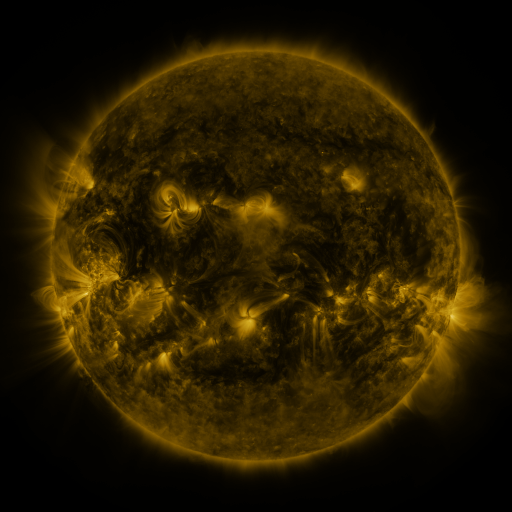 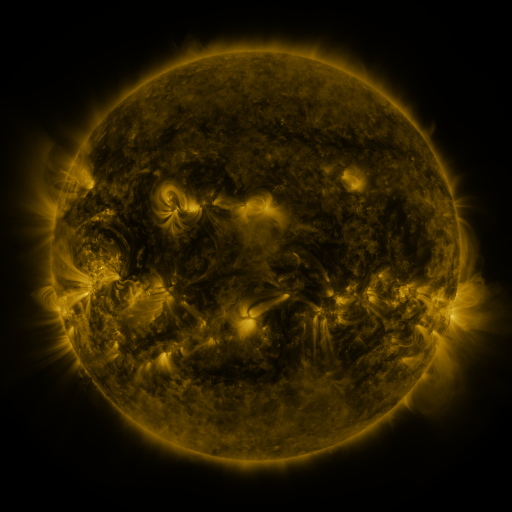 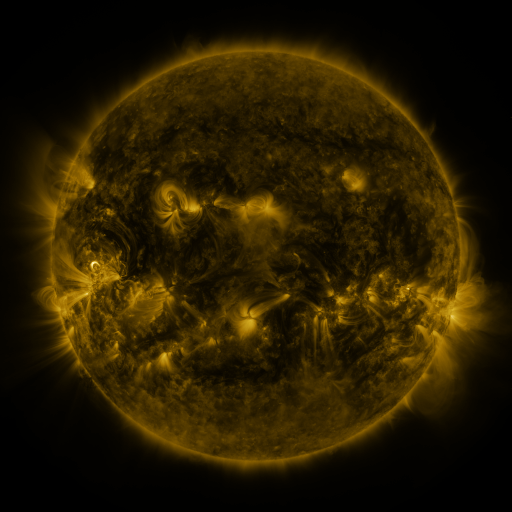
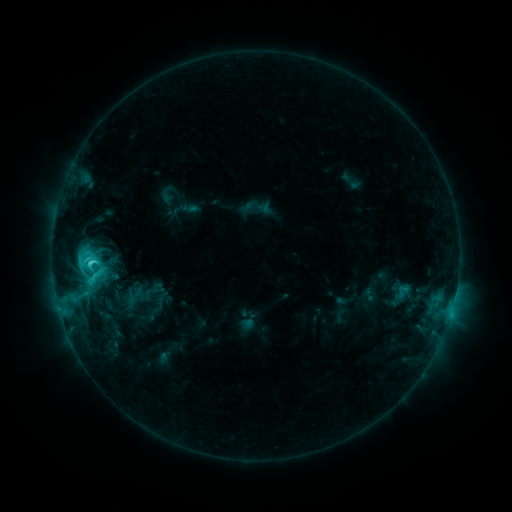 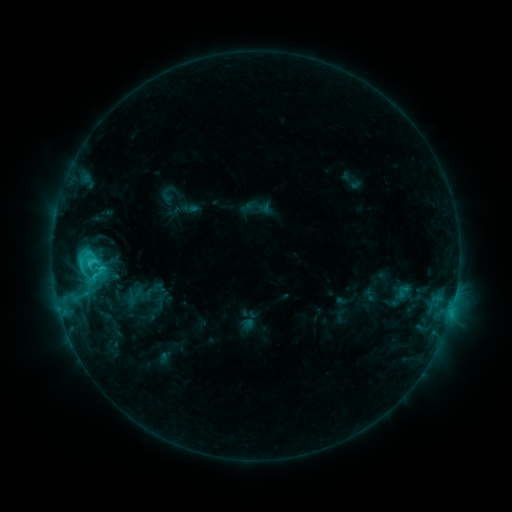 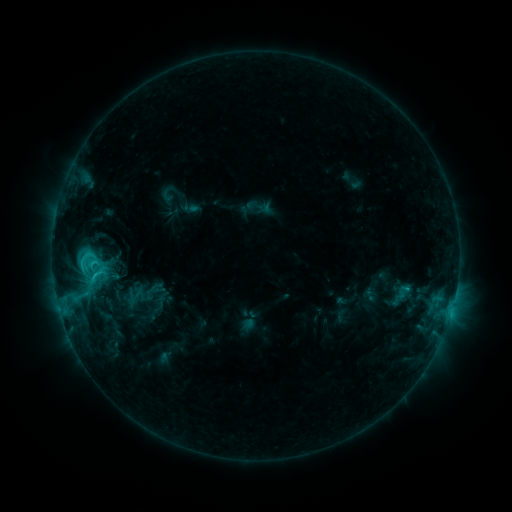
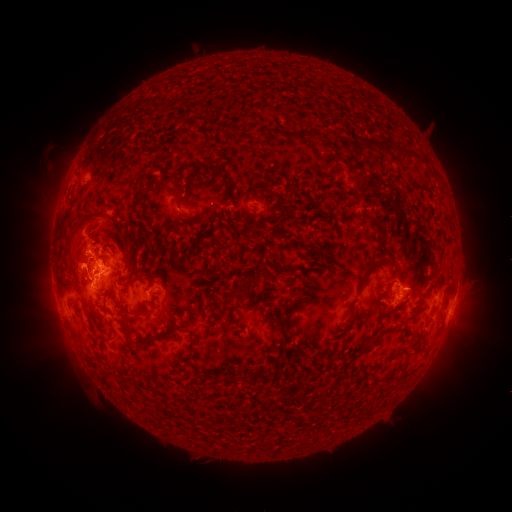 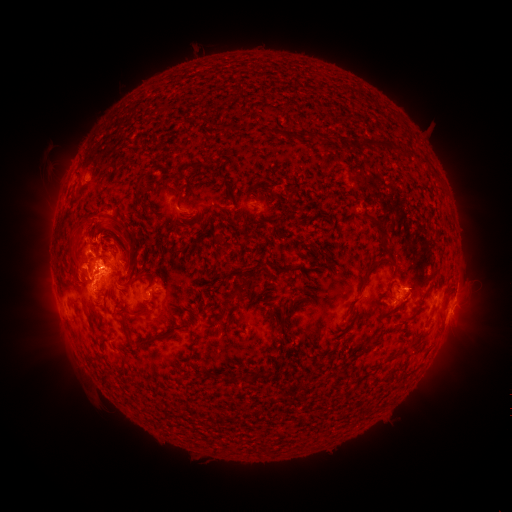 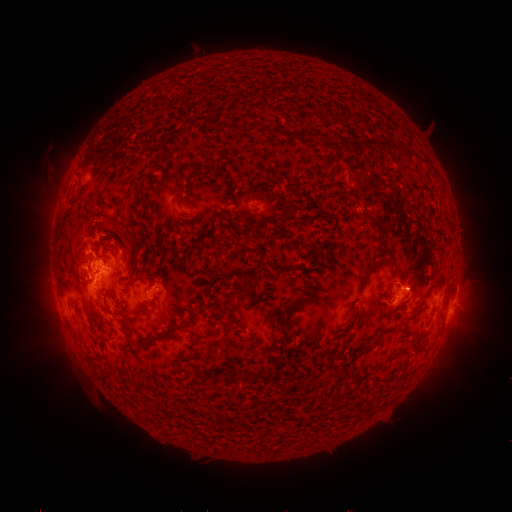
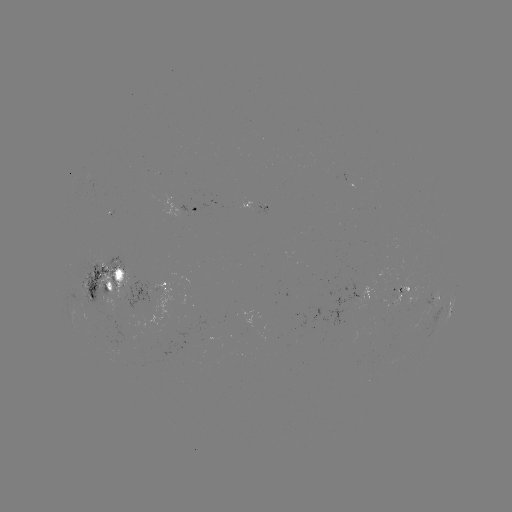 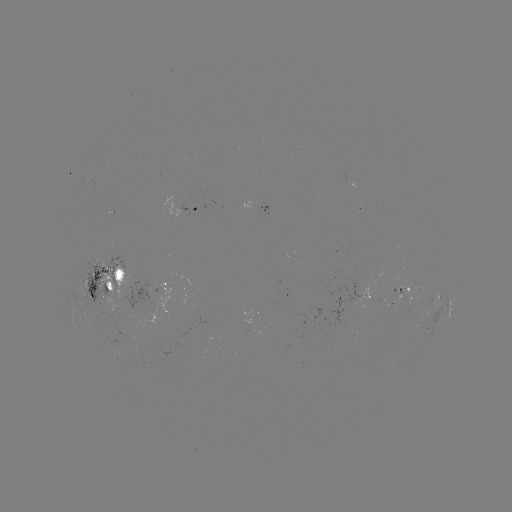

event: eruption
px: (114, 239)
